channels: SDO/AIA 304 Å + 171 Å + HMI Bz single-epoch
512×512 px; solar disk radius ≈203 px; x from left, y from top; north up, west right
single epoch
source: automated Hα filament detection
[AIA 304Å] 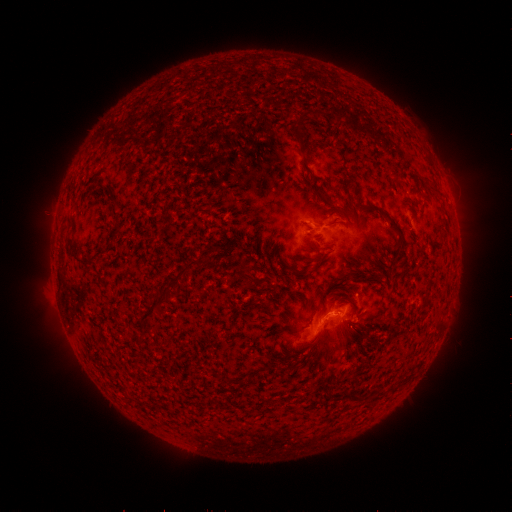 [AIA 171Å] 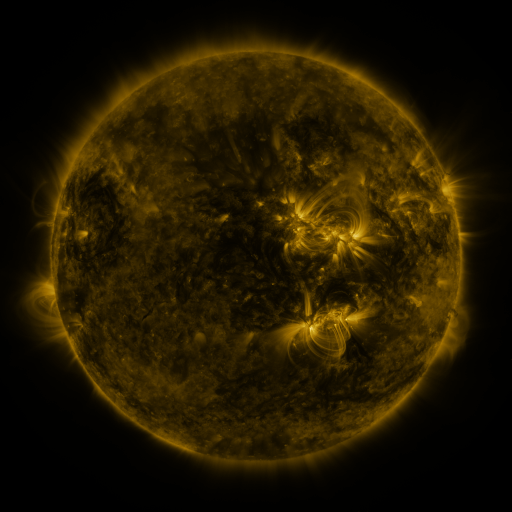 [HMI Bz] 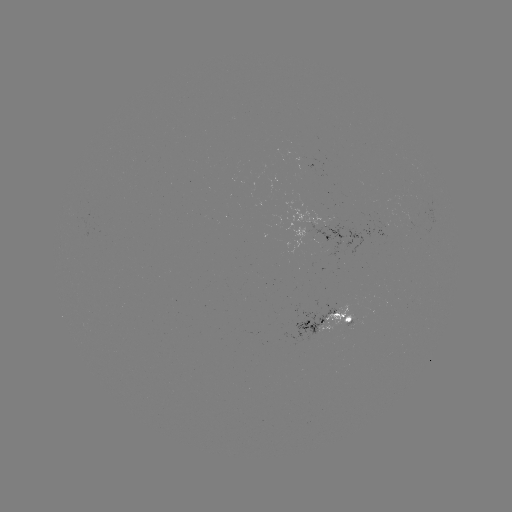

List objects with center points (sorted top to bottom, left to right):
filament: (306, 165)
filament: (393, 223)
filament: (334, 224)
filament: (71, 242)
filament: (80, 259)
filament: (321, 259)
filament: (347, 269)
filament: (294, 270)
filament: (243, 271)
filament: (167, 289)
filament: (358, 316)
filament: (358, 332)
